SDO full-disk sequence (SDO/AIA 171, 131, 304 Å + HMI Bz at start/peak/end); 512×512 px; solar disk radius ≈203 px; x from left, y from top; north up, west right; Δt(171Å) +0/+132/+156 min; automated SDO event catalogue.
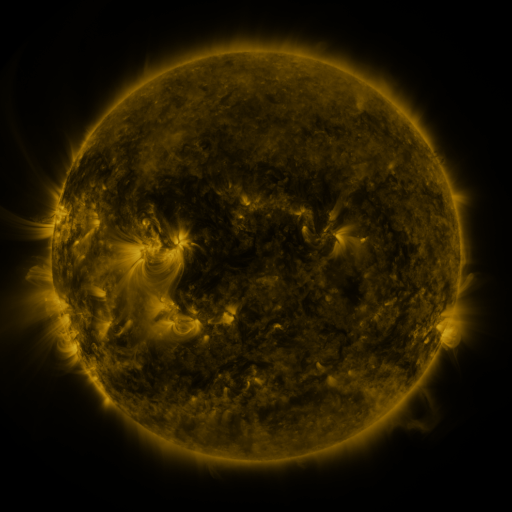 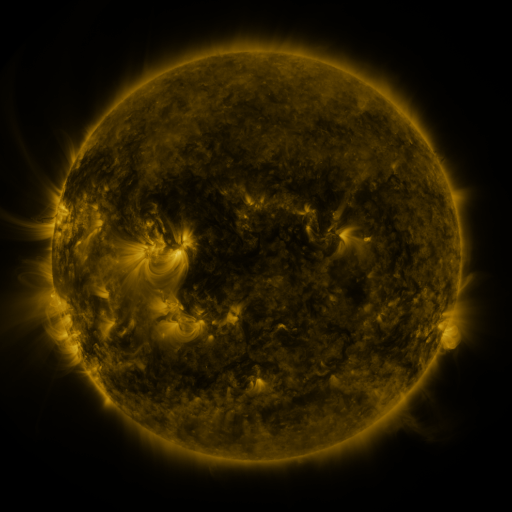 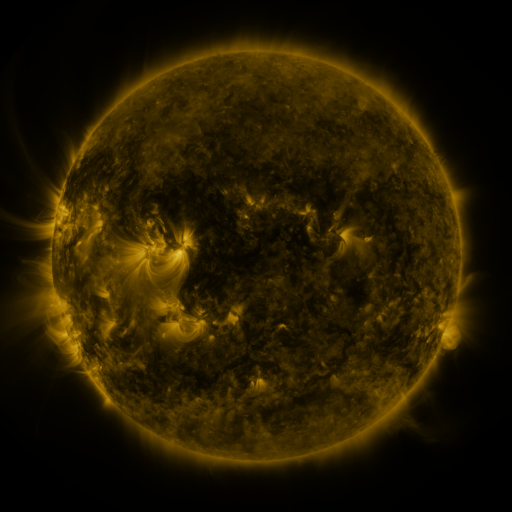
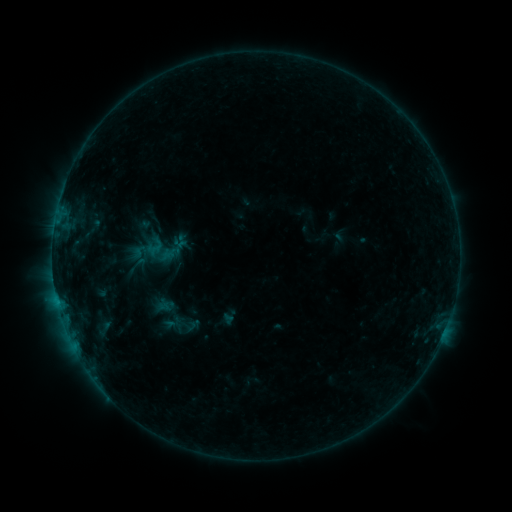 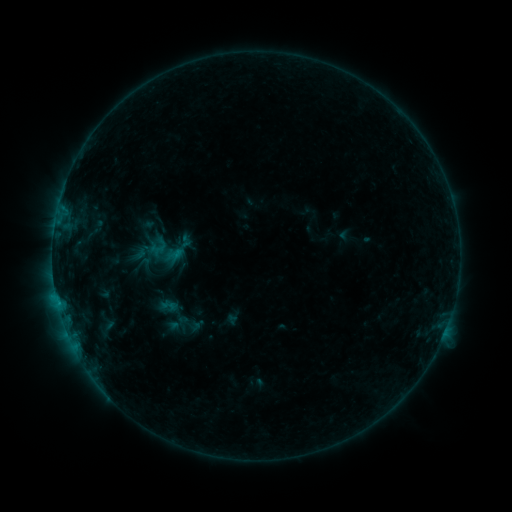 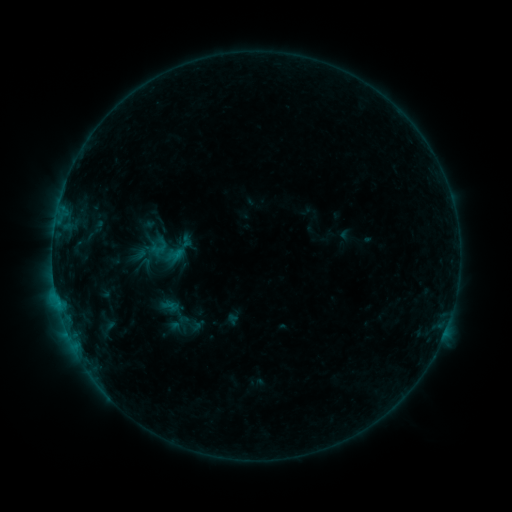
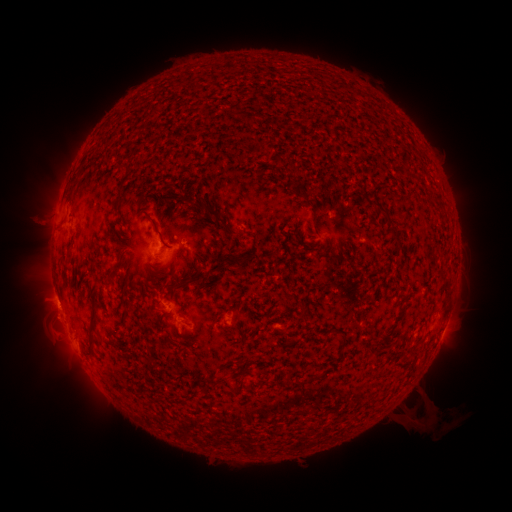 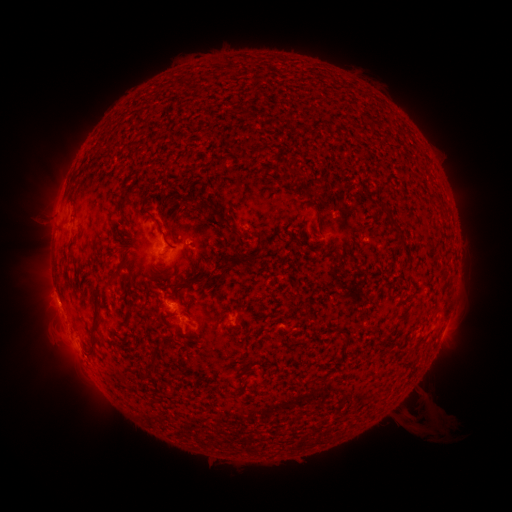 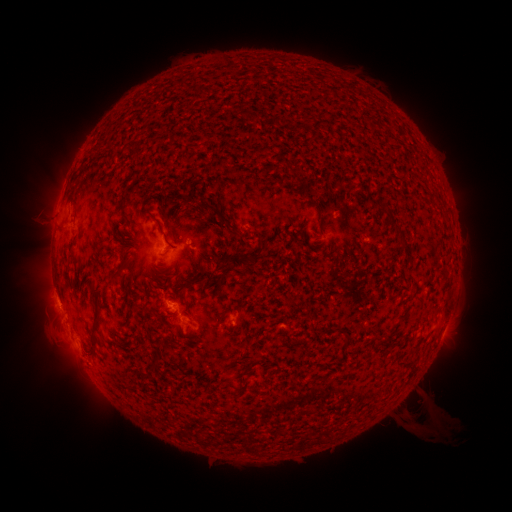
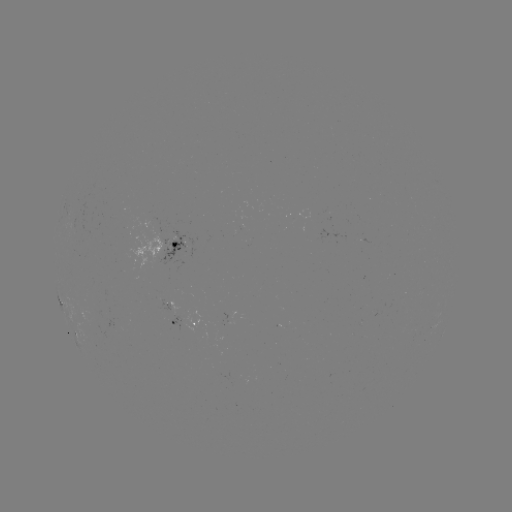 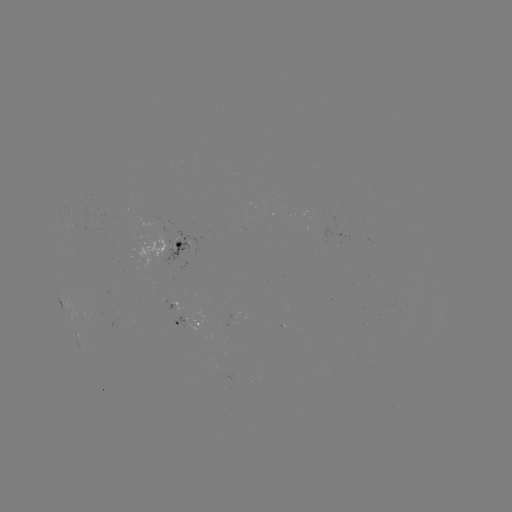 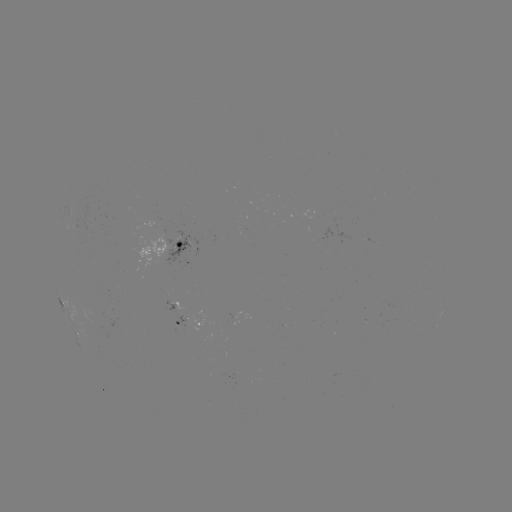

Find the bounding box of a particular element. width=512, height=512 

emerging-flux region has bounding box [170, 314, 189, 334].